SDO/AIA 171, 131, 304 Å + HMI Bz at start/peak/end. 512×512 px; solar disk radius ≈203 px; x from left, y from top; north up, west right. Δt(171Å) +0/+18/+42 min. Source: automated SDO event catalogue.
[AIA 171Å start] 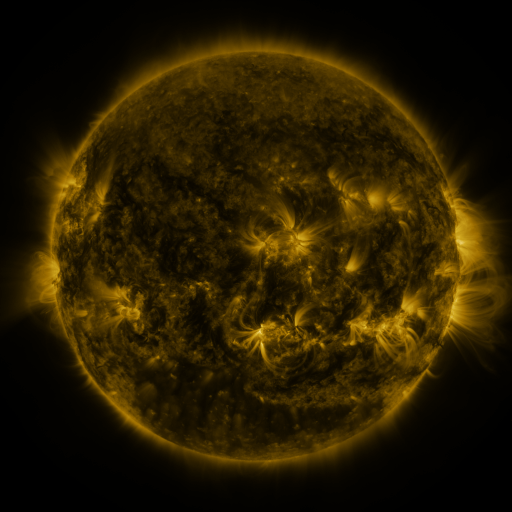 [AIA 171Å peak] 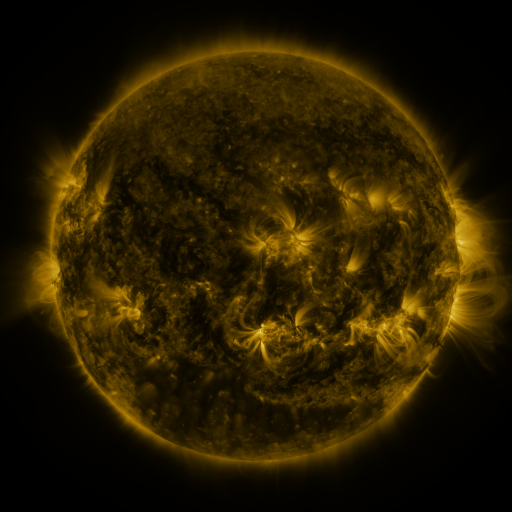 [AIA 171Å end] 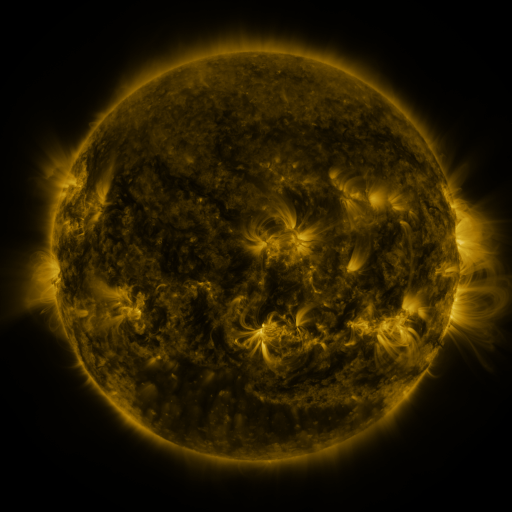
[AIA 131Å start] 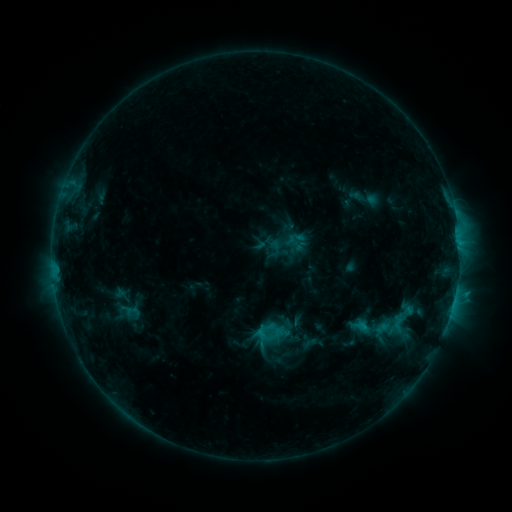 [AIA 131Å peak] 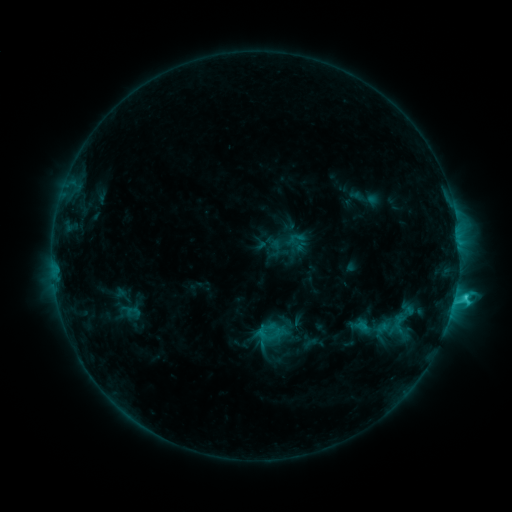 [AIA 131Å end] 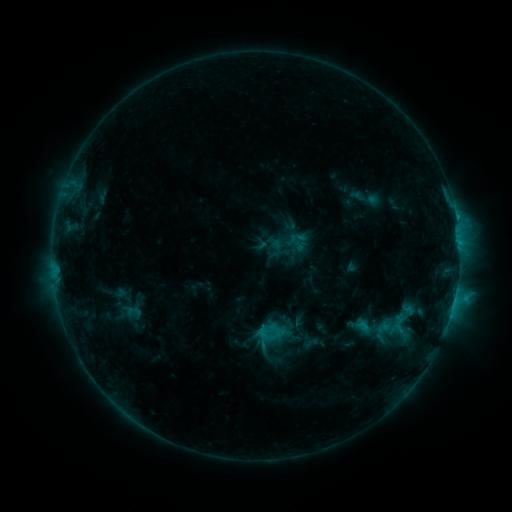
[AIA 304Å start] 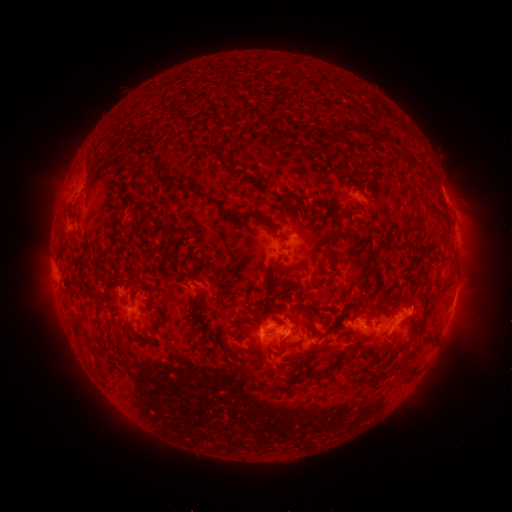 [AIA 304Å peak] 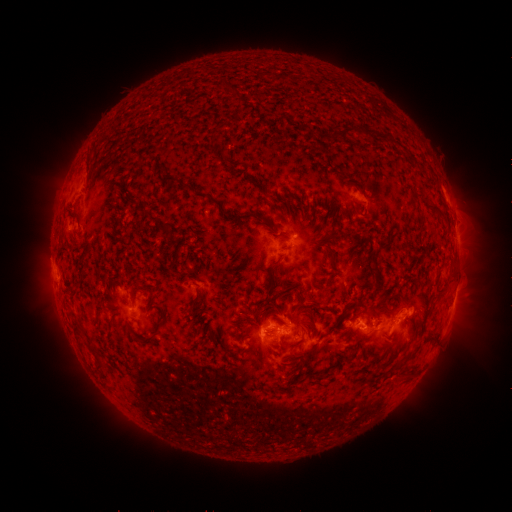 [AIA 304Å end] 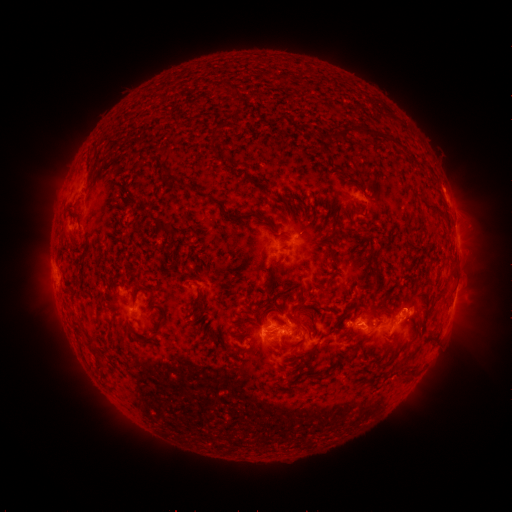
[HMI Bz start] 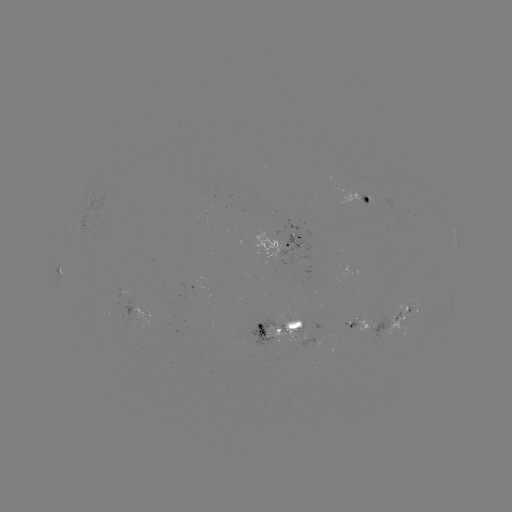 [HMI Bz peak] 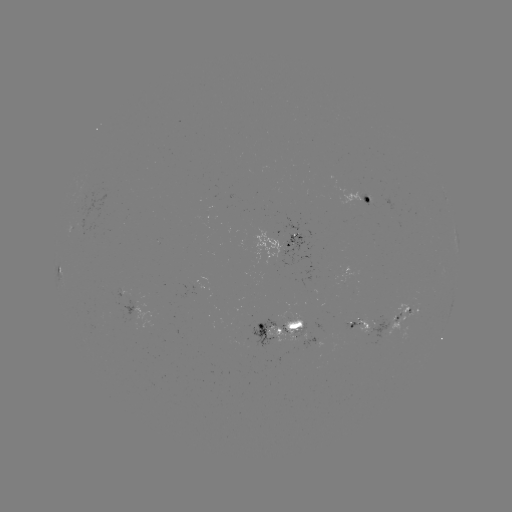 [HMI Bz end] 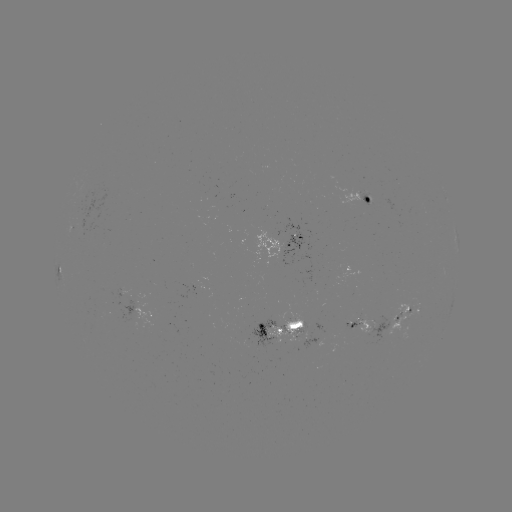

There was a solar flare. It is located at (455, 294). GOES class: C2.7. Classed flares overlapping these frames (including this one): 1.